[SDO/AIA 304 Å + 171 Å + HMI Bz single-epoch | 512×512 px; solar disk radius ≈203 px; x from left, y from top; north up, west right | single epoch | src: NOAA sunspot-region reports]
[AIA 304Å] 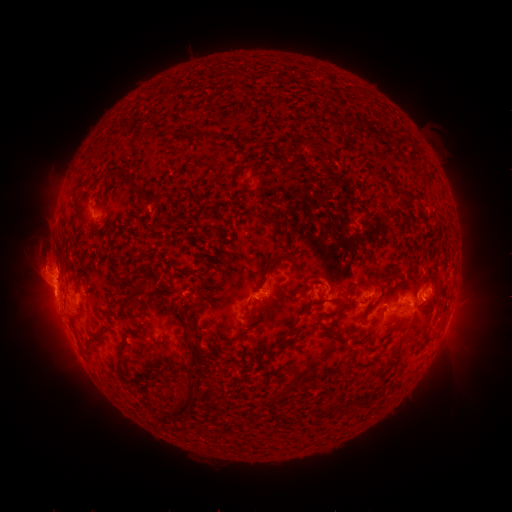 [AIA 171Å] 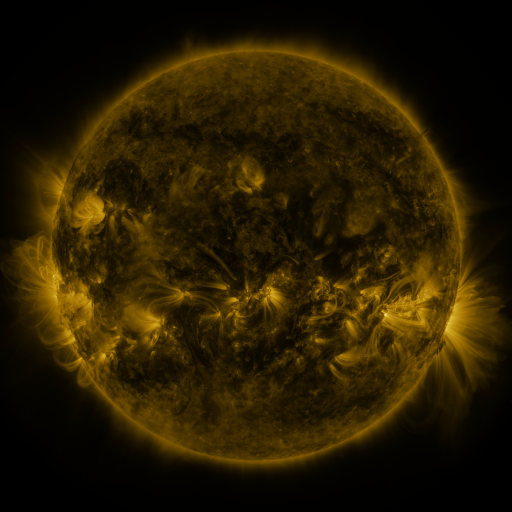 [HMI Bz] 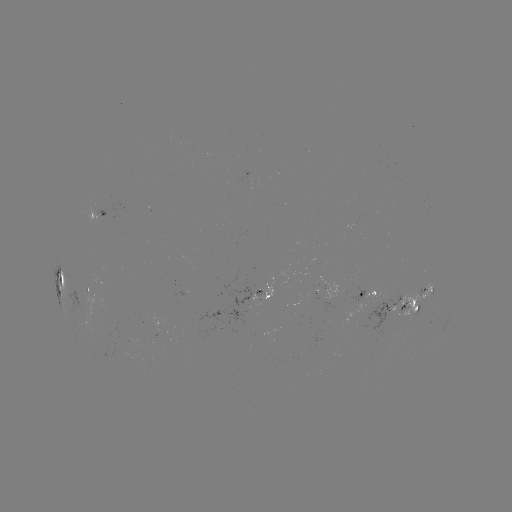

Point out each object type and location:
spotted active region: (104, 213)
spotted active region: (60, 277)
spotted active region: (266, 287)
spotted active region: (88, 288)
spotted active region: (367, 289)
spotted active region: (426, 292)
spotted active region: (403, 305)
